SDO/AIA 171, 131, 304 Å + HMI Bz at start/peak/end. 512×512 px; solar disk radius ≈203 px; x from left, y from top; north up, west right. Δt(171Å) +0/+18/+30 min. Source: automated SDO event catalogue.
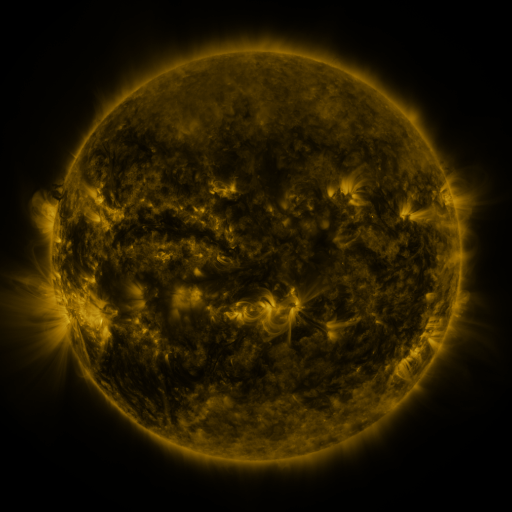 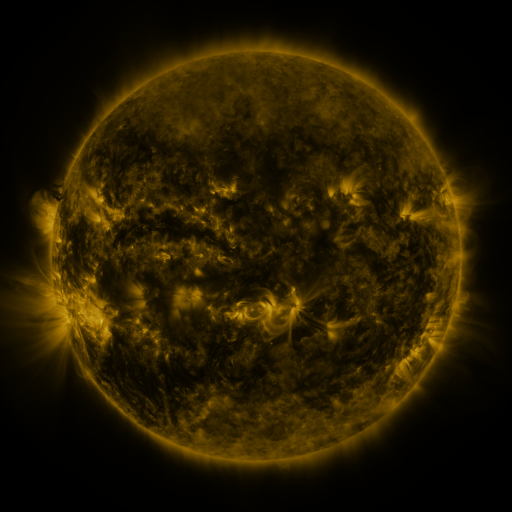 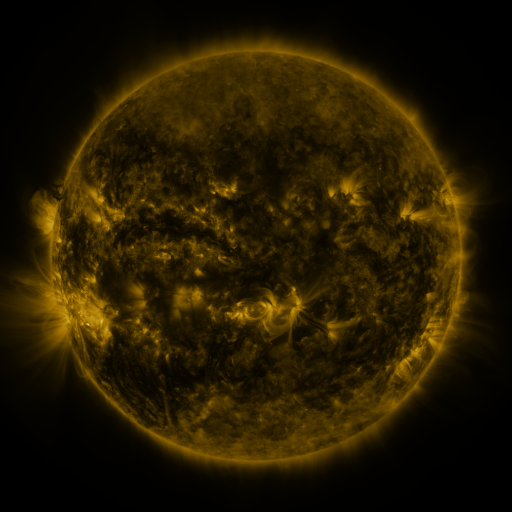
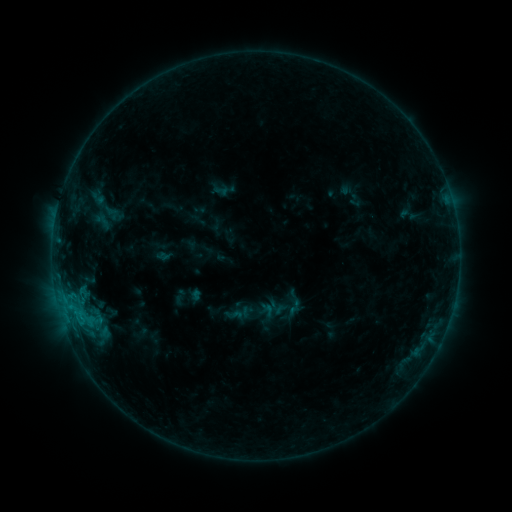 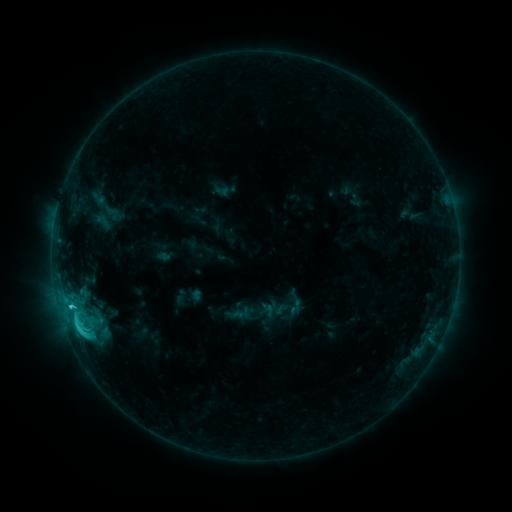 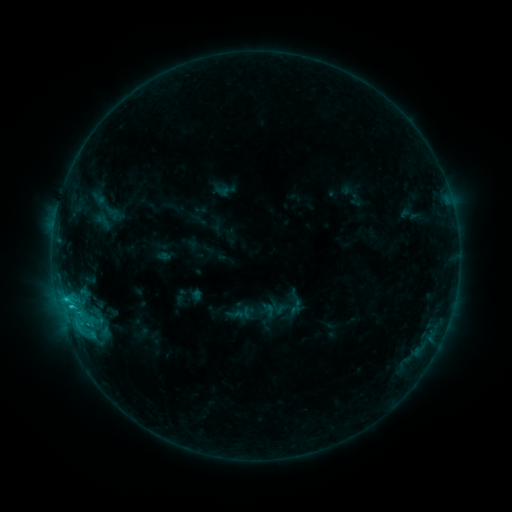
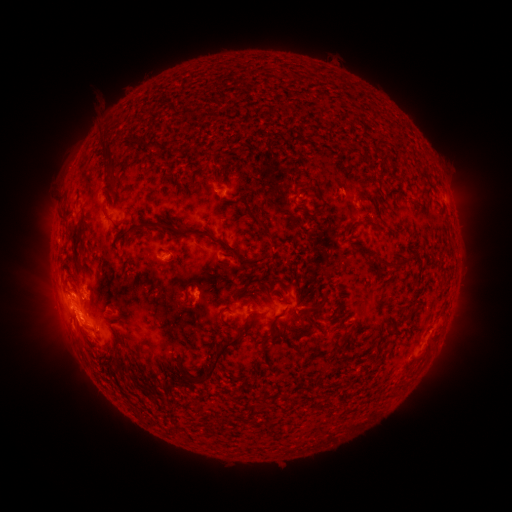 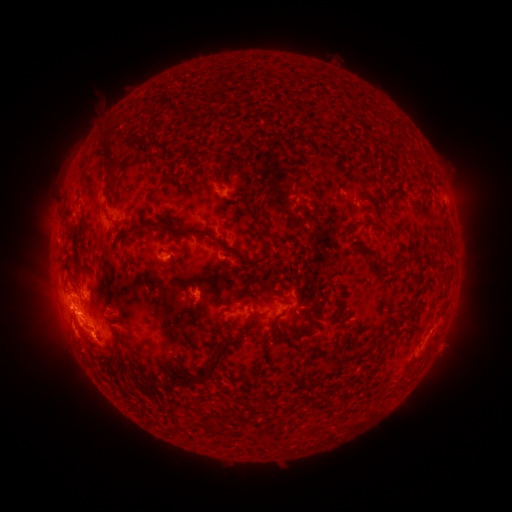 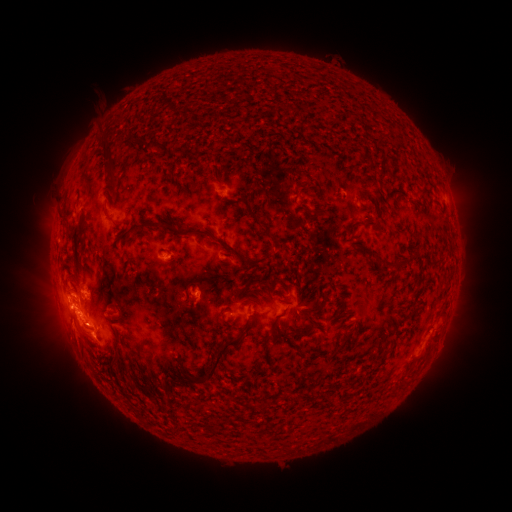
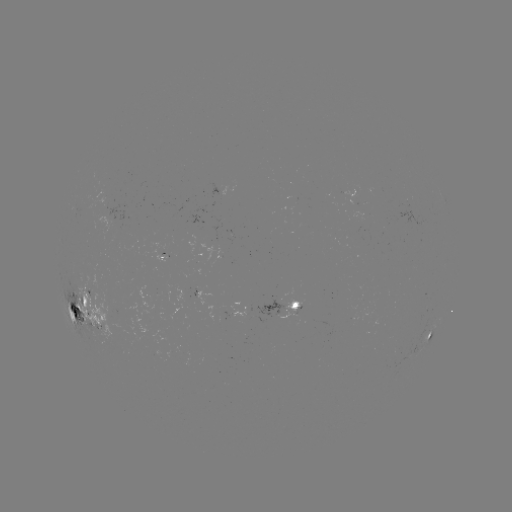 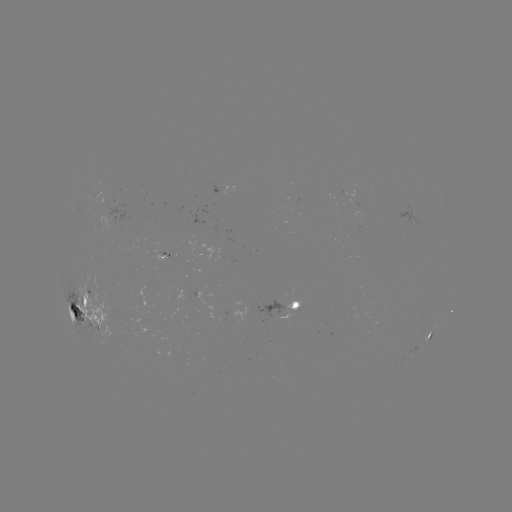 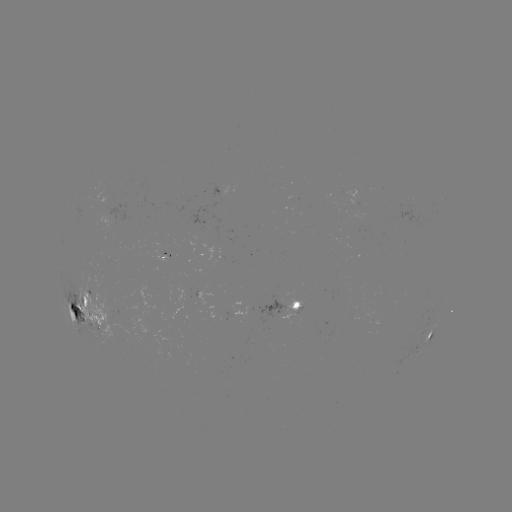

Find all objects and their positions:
C3.8 flare: (77, 319)
